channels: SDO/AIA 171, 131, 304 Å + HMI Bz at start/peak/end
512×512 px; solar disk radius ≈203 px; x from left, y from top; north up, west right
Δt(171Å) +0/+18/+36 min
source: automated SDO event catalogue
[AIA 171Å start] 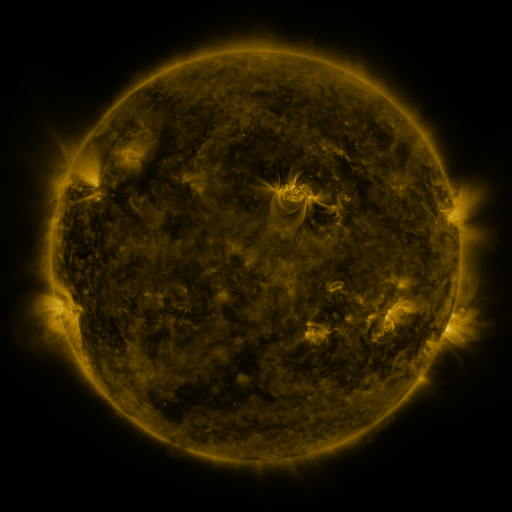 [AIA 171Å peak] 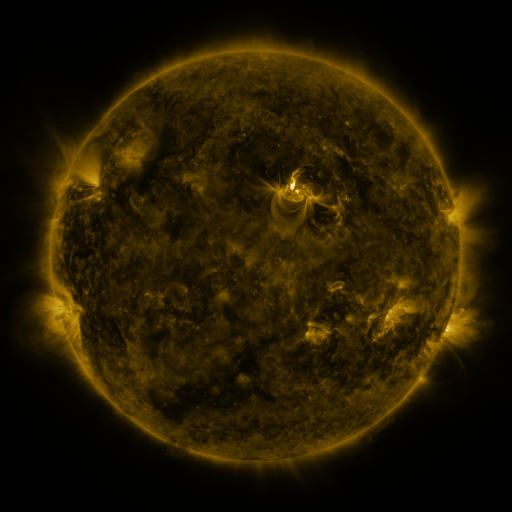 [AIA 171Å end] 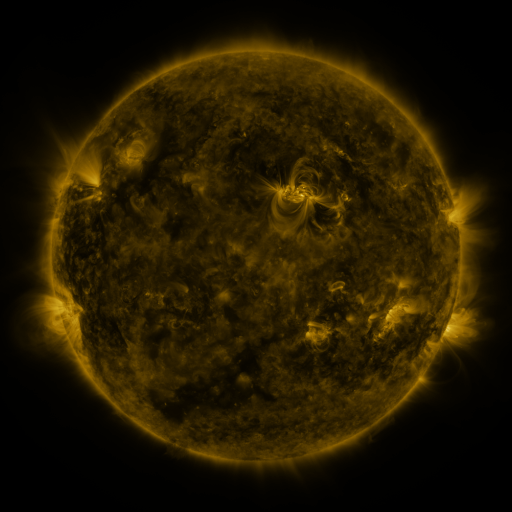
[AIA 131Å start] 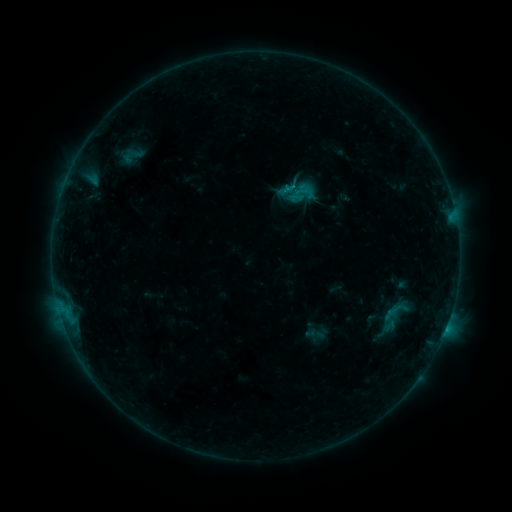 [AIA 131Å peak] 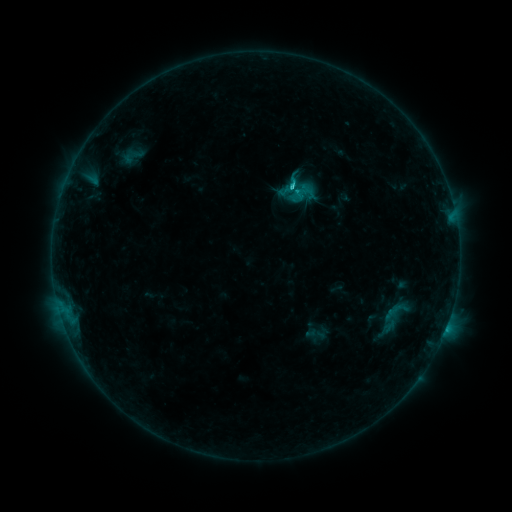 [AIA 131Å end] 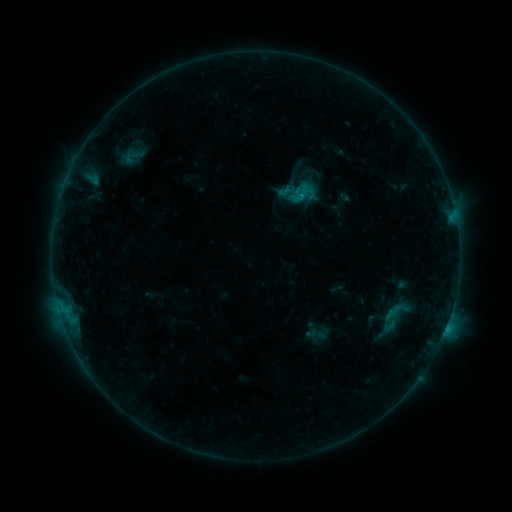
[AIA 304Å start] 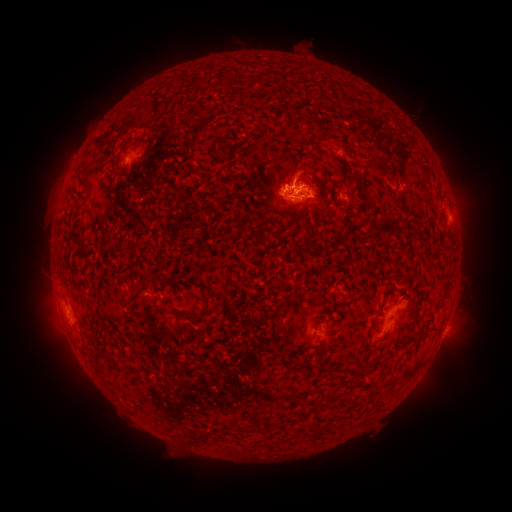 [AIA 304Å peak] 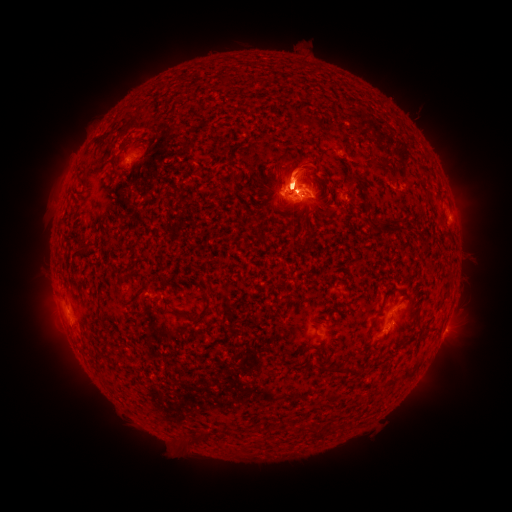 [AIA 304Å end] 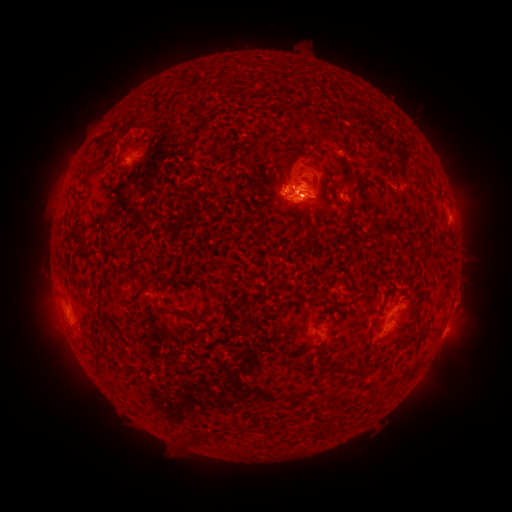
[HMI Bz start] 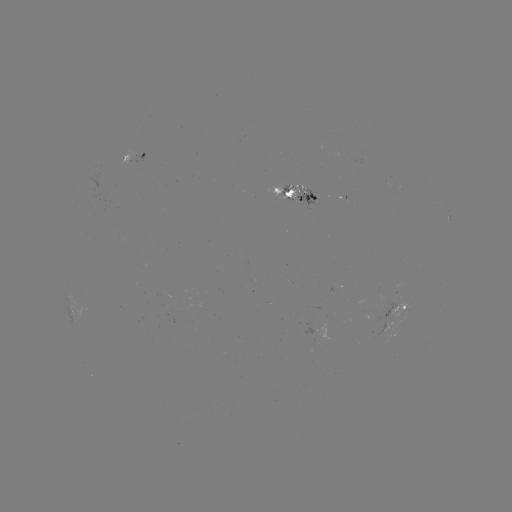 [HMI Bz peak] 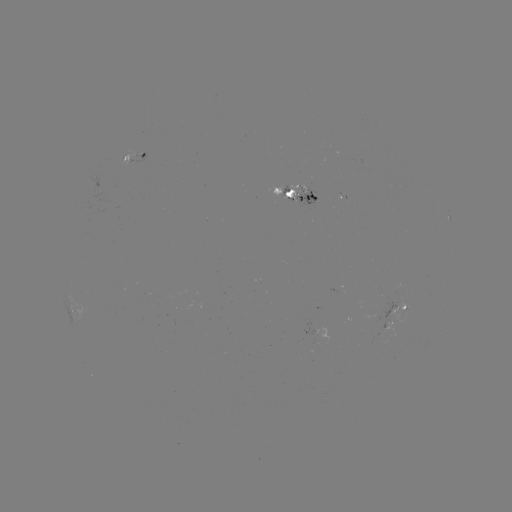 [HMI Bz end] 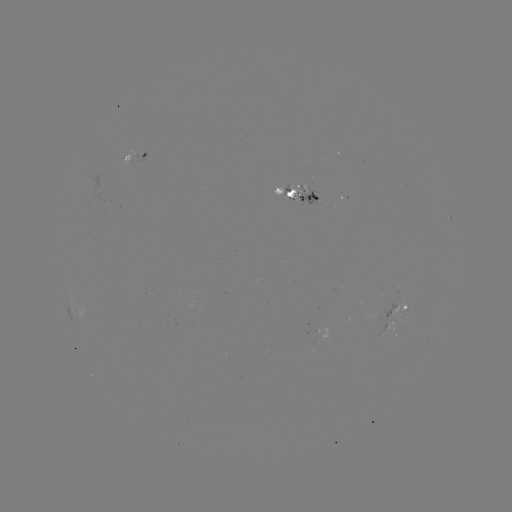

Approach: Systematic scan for eruption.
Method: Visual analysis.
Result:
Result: eruption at (303, 171).